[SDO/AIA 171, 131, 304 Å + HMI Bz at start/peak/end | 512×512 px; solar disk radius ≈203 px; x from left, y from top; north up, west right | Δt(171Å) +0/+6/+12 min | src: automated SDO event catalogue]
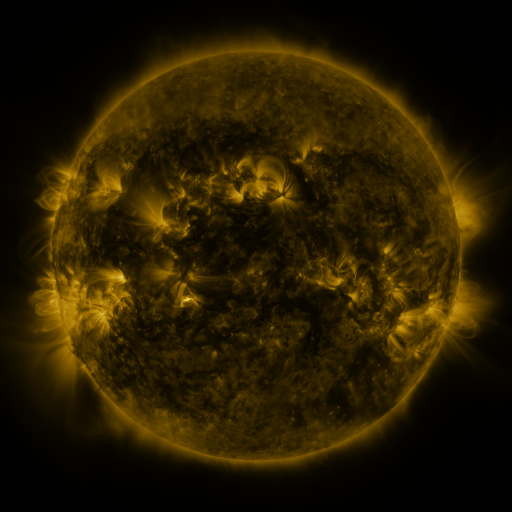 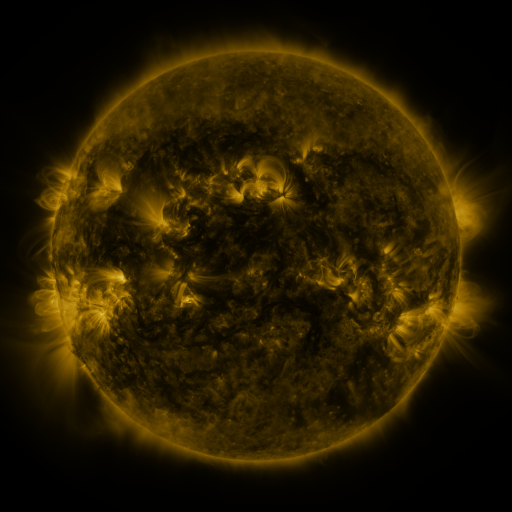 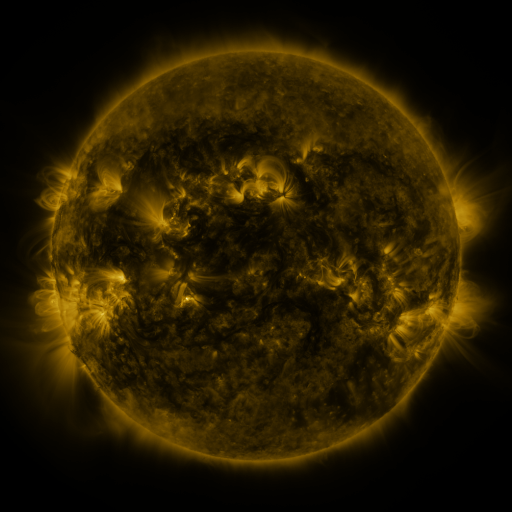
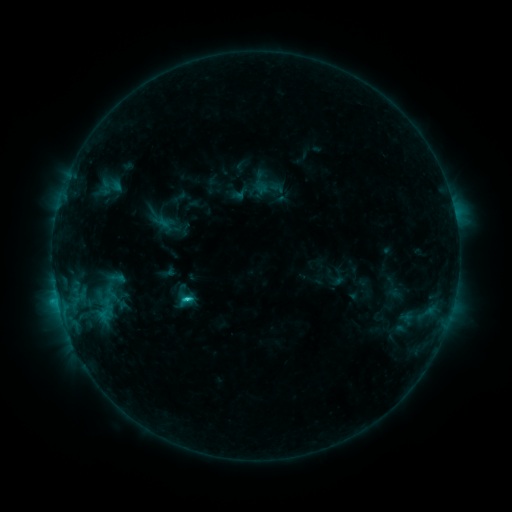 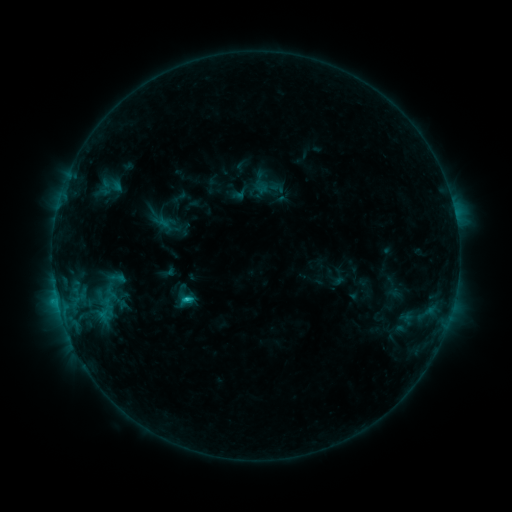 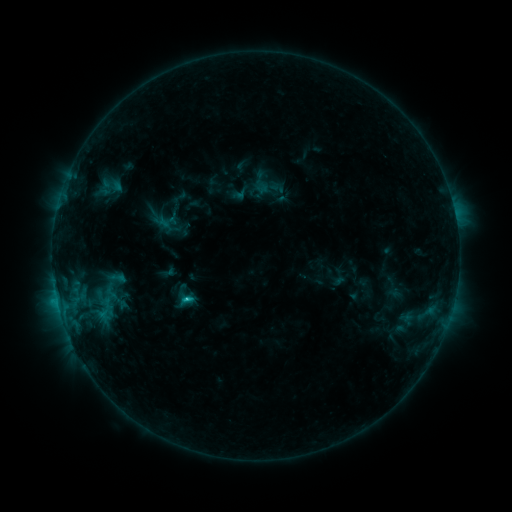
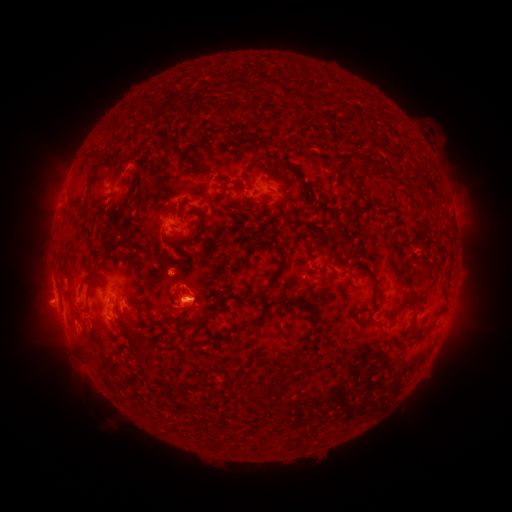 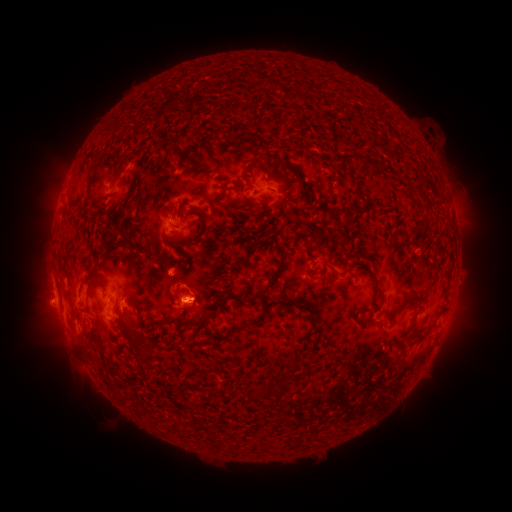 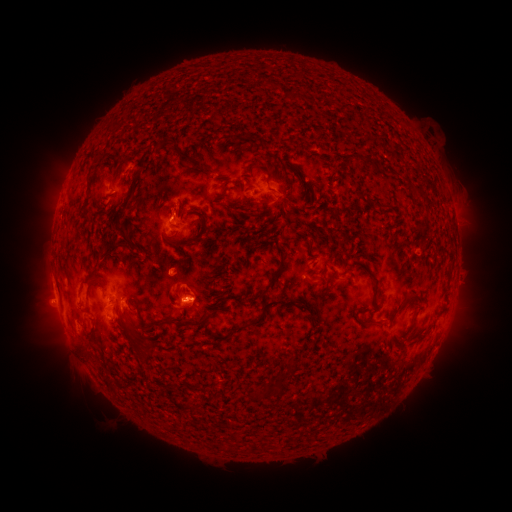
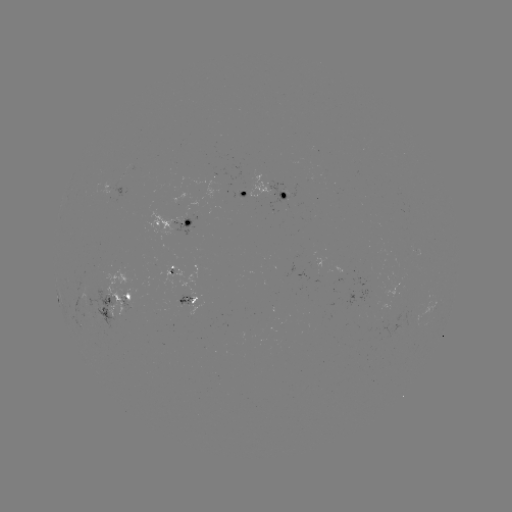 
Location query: C1.5 flare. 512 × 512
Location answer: [189, 297].